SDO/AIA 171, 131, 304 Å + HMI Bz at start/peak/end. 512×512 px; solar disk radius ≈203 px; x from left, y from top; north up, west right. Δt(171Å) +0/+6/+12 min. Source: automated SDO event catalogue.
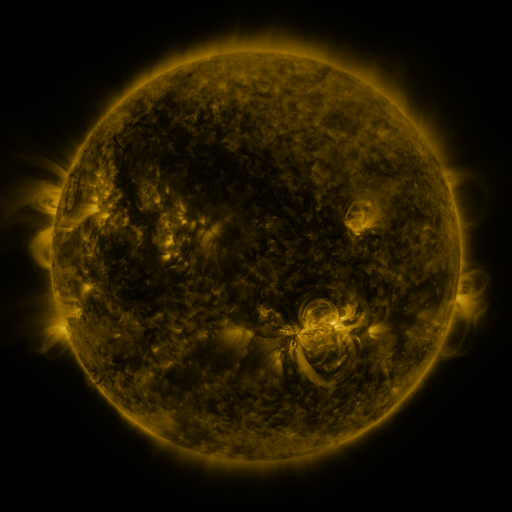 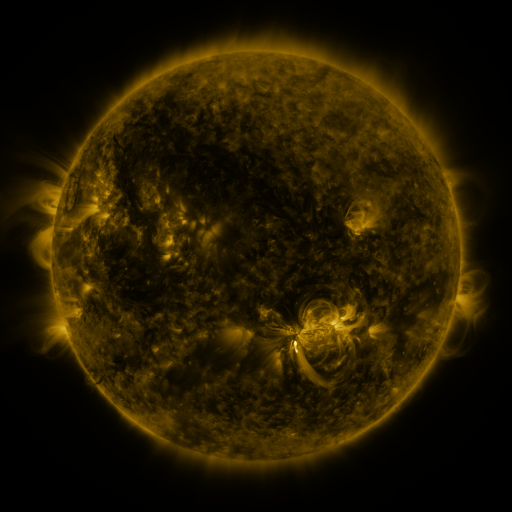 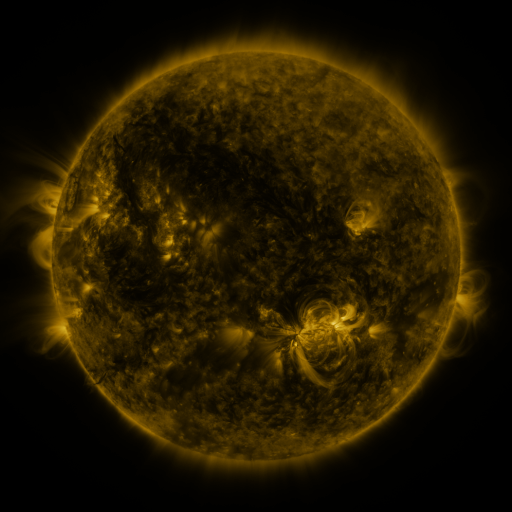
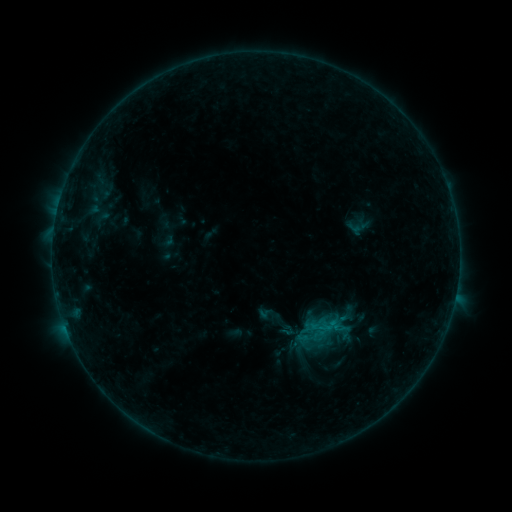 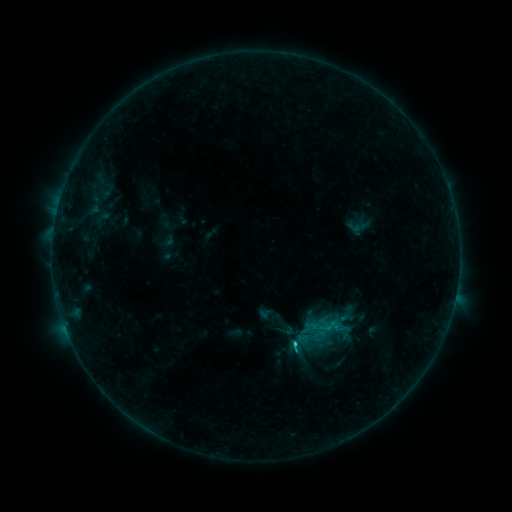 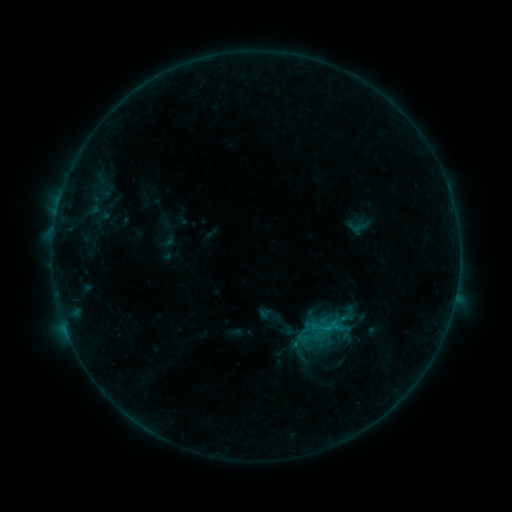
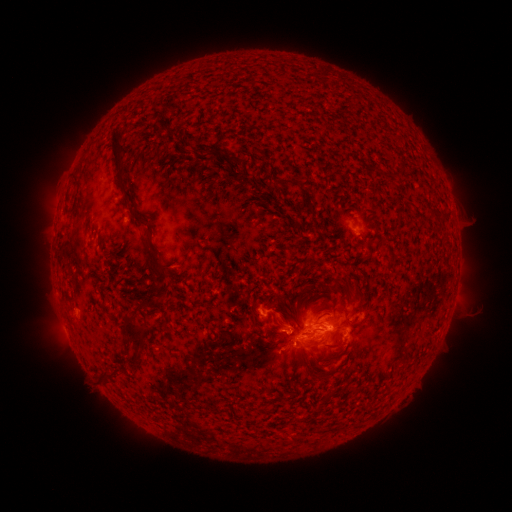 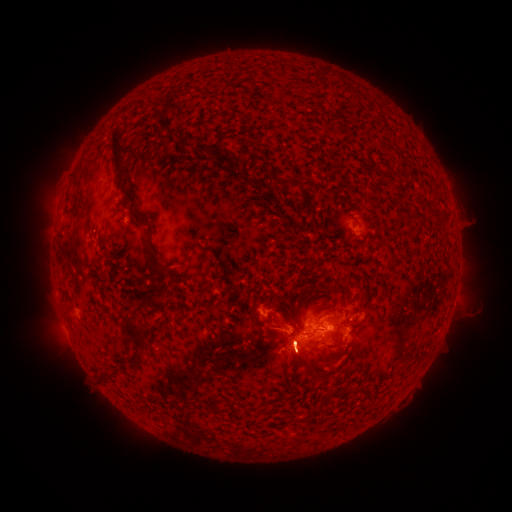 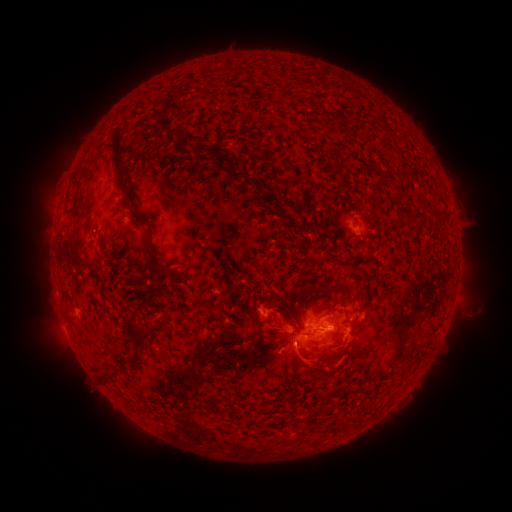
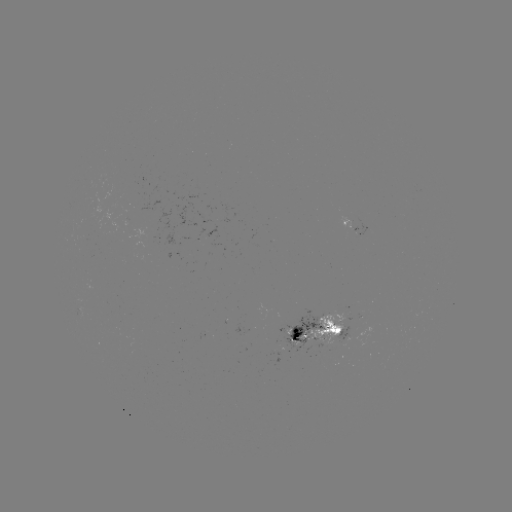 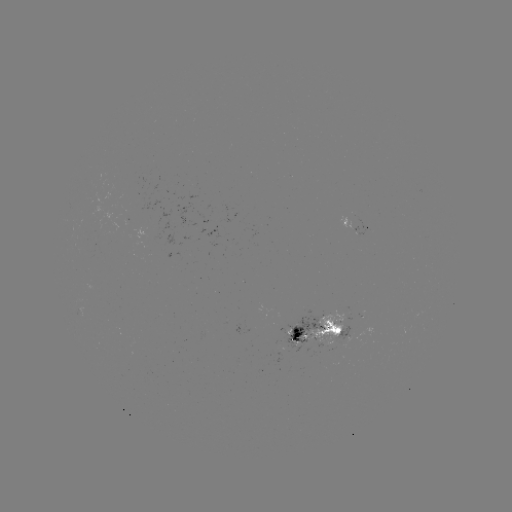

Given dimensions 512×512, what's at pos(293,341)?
B8.7 flare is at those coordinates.